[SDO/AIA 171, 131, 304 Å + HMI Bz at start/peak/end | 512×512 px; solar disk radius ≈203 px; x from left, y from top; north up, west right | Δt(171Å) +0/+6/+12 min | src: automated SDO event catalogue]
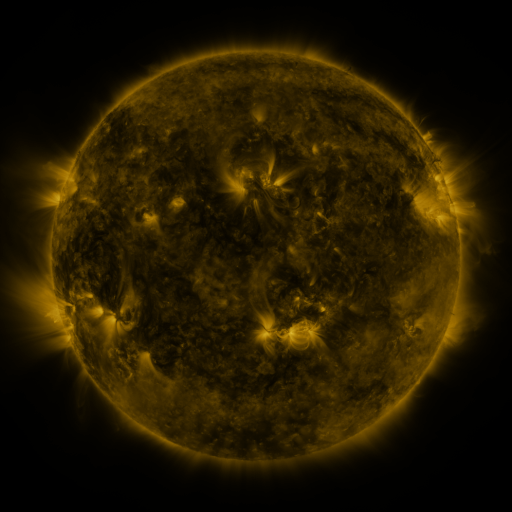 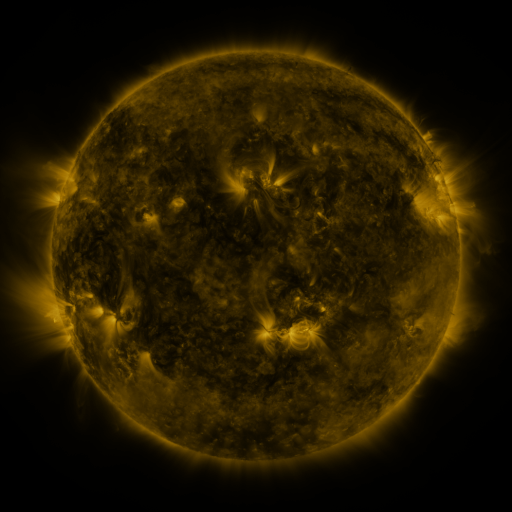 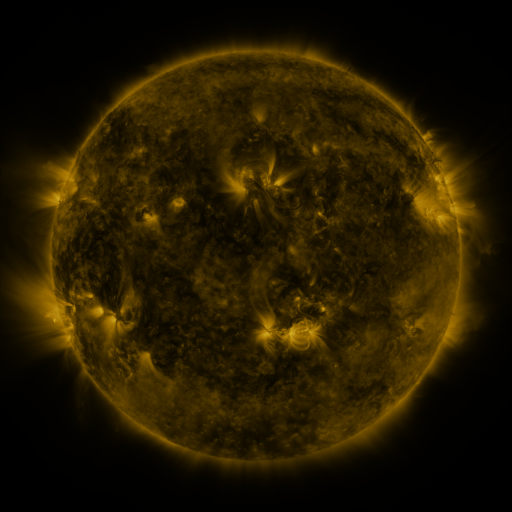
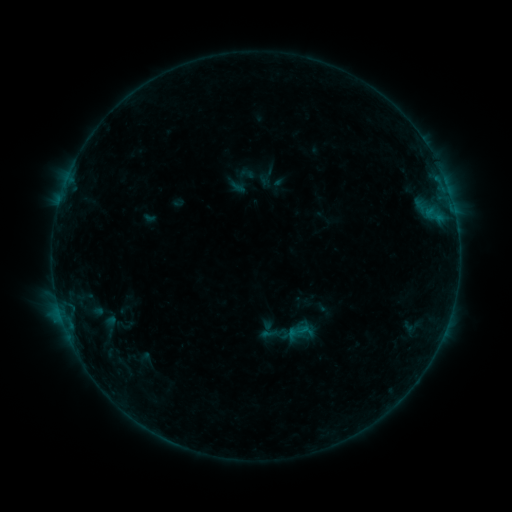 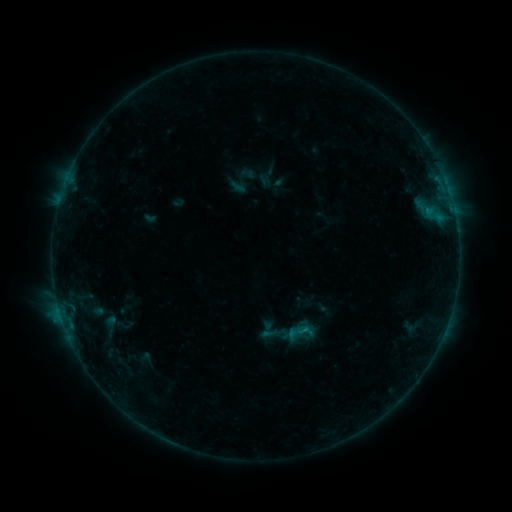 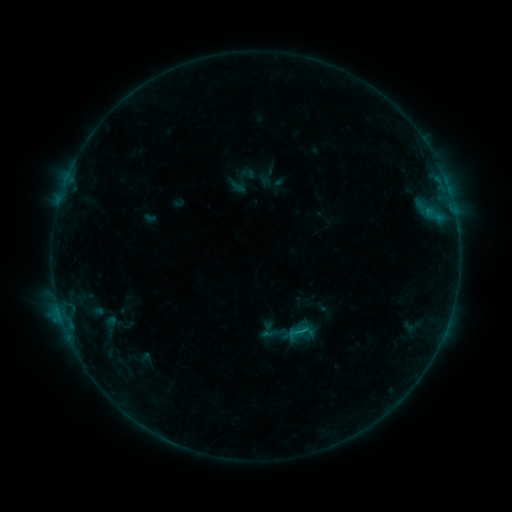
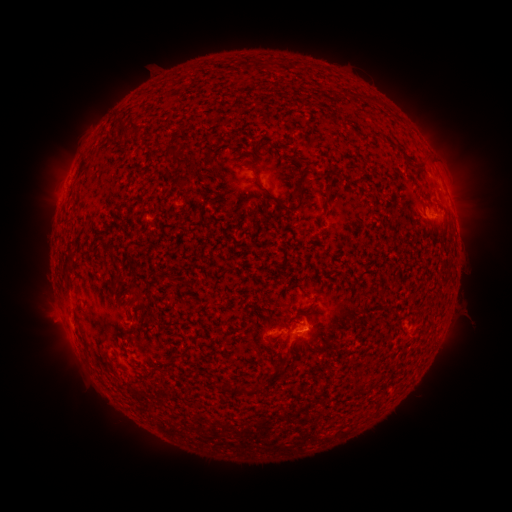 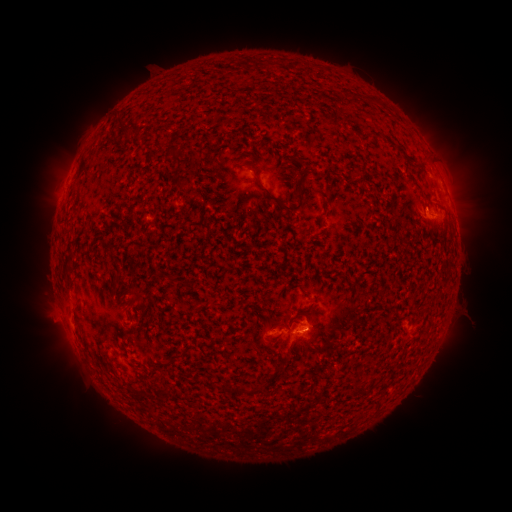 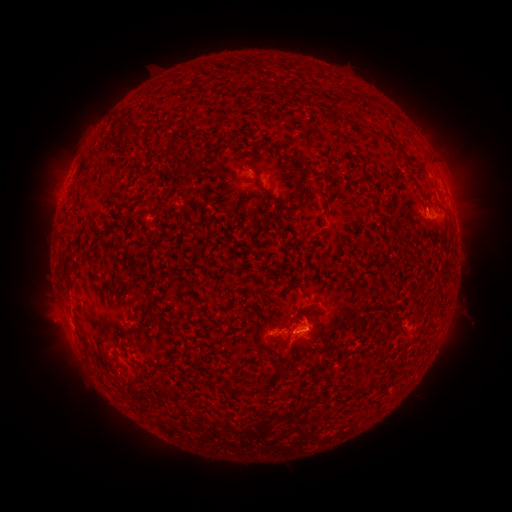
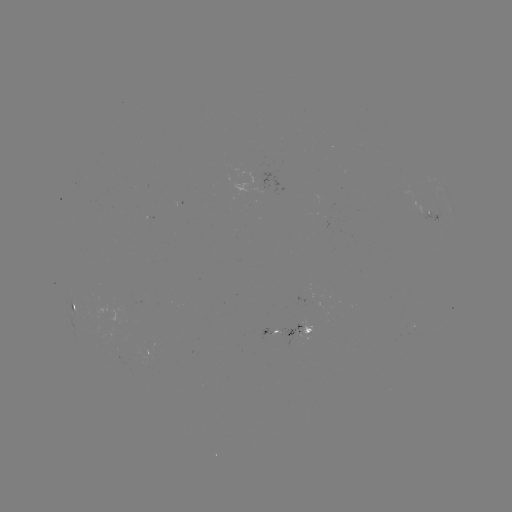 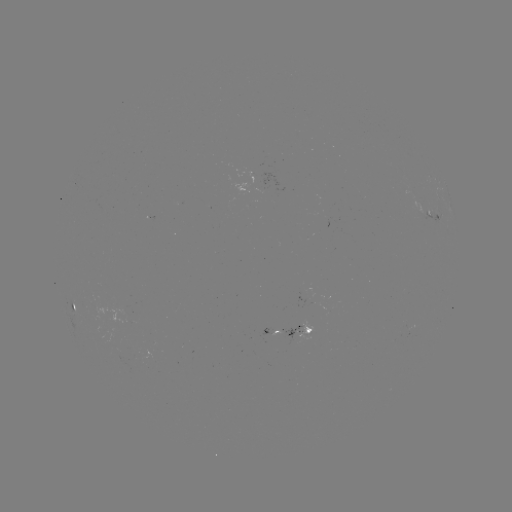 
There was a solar flare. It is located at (427, 212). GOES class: B3.5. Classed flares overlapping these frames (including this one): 1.